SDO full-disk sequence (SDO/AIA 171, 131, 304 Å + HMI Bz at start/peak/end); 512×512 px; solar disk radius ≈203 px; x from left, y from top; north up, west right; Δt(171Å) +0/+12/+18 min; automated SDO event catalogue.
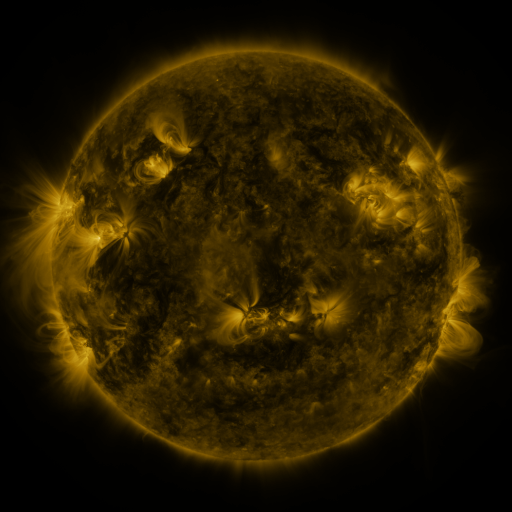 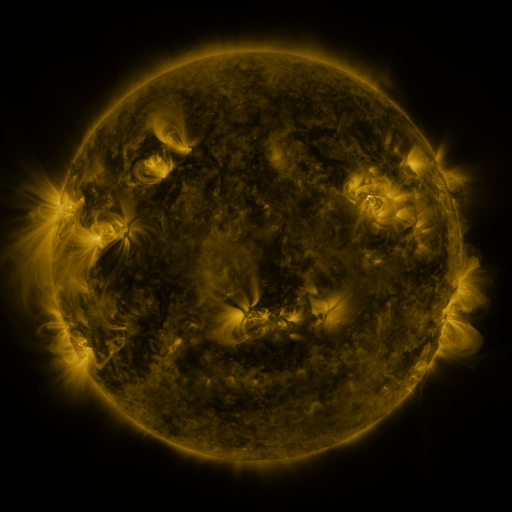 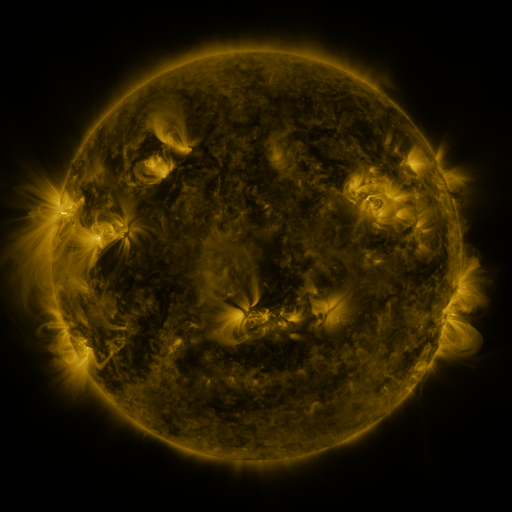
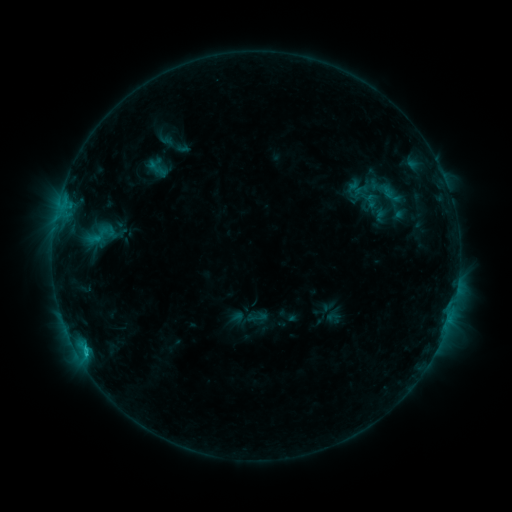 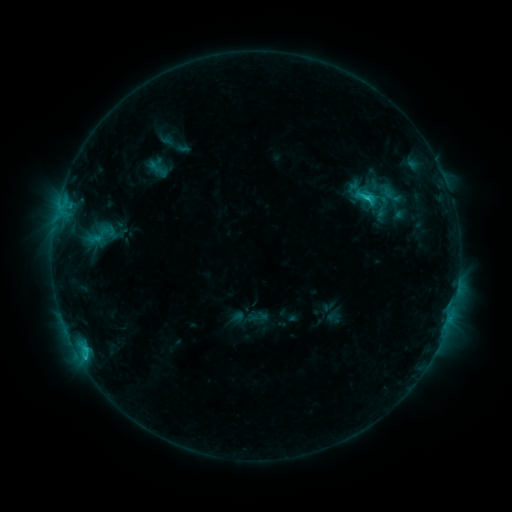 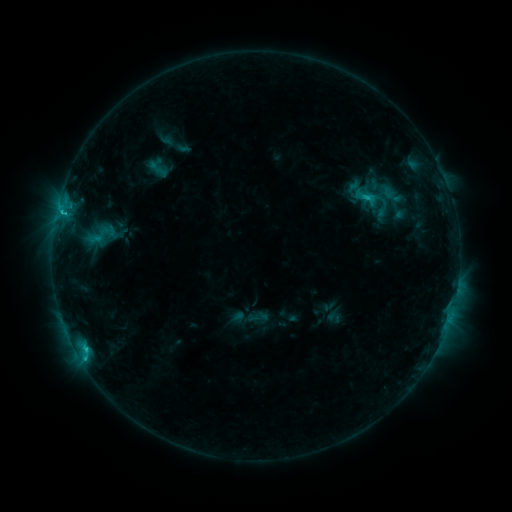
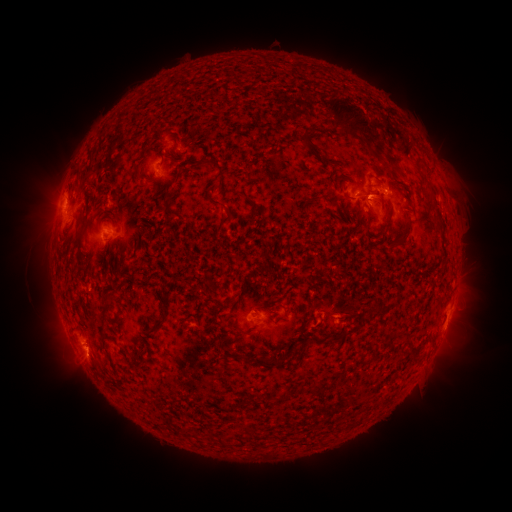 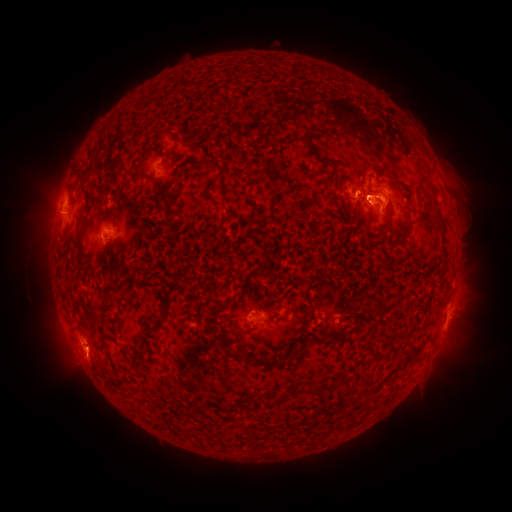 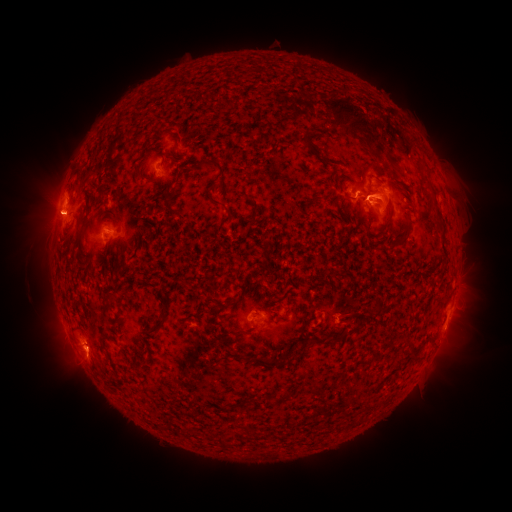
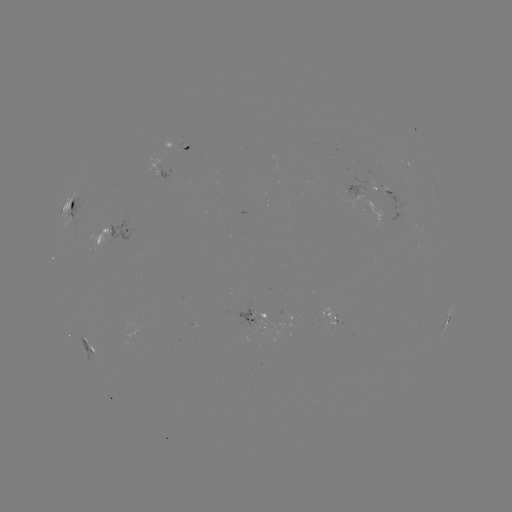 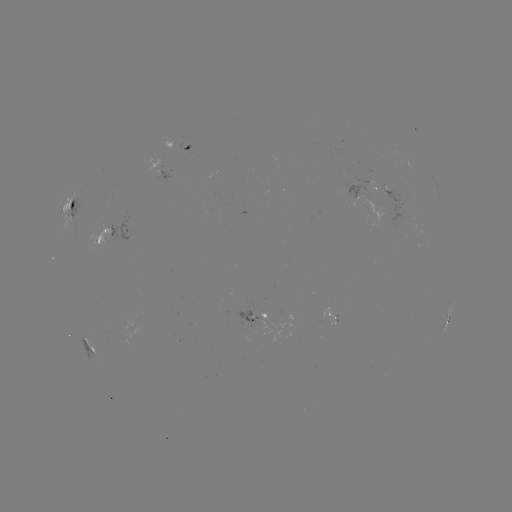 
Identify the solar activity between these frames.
eruption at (386, 197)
